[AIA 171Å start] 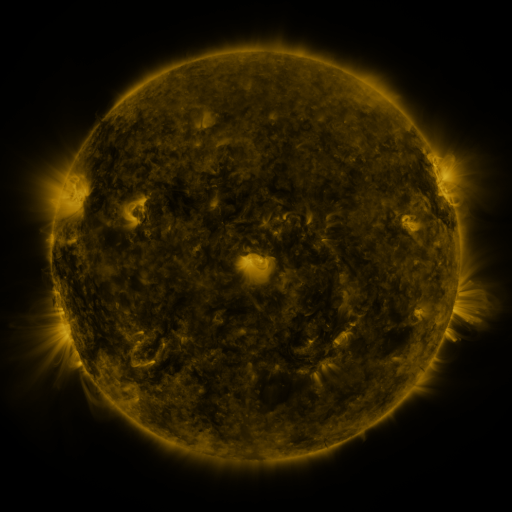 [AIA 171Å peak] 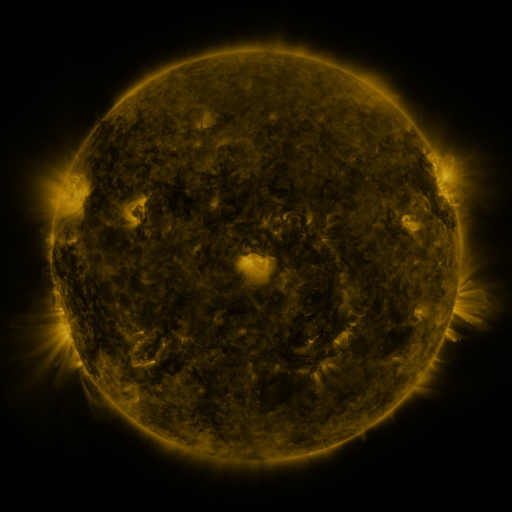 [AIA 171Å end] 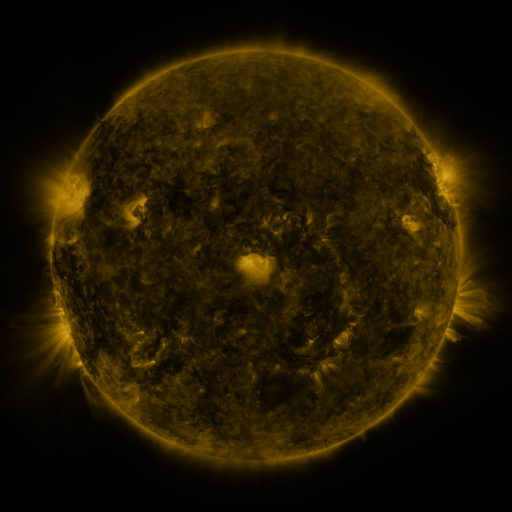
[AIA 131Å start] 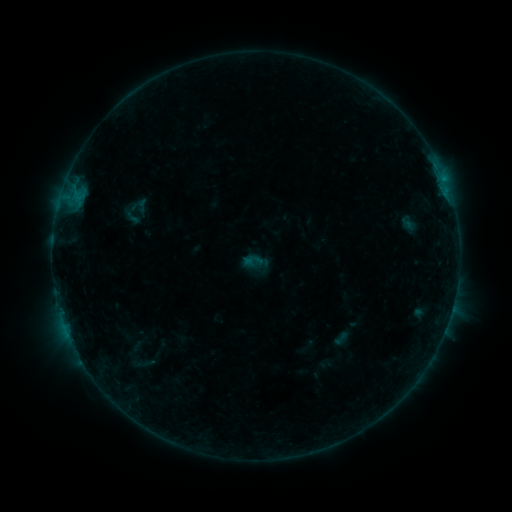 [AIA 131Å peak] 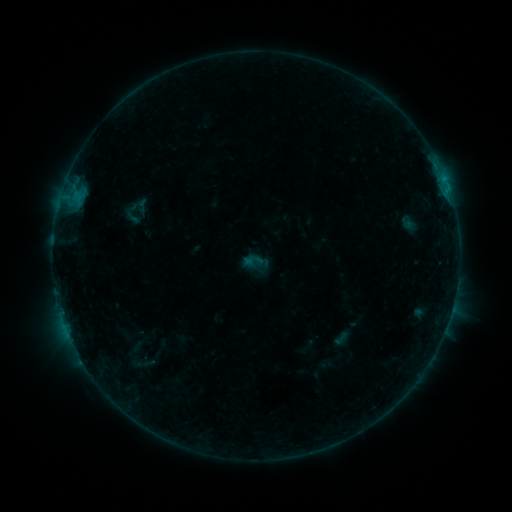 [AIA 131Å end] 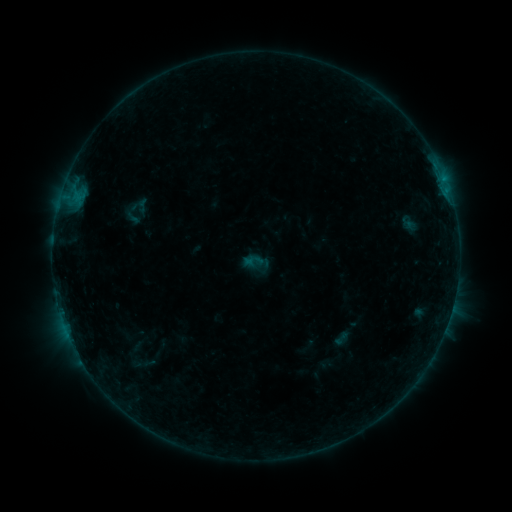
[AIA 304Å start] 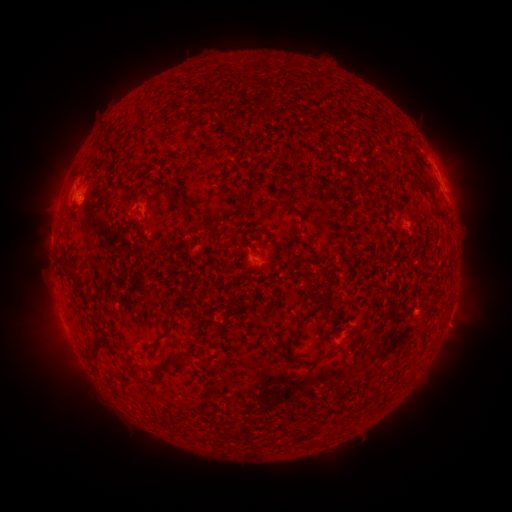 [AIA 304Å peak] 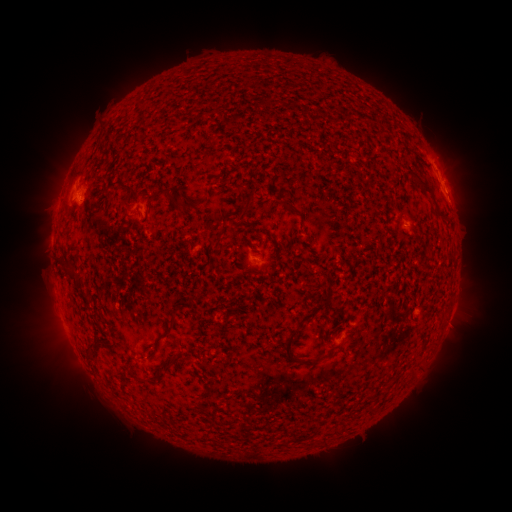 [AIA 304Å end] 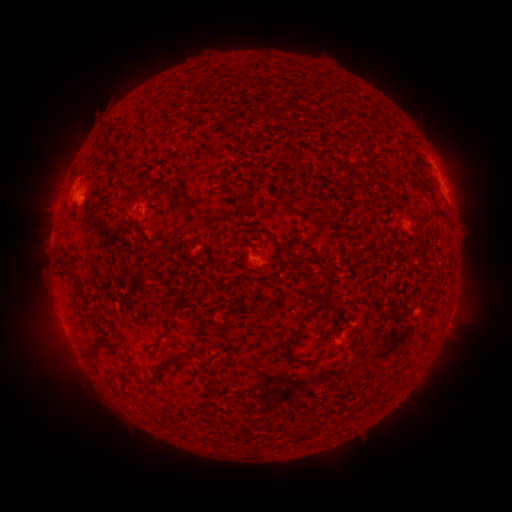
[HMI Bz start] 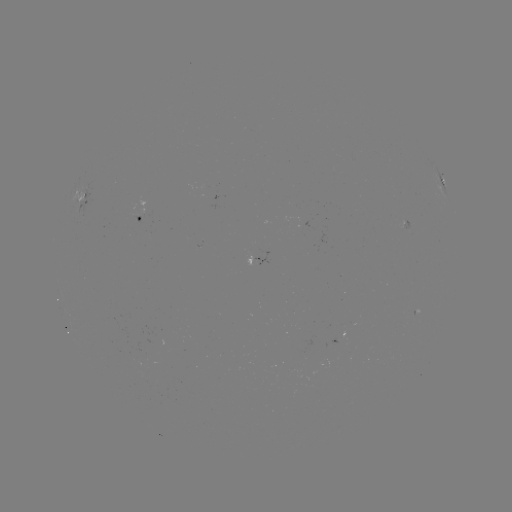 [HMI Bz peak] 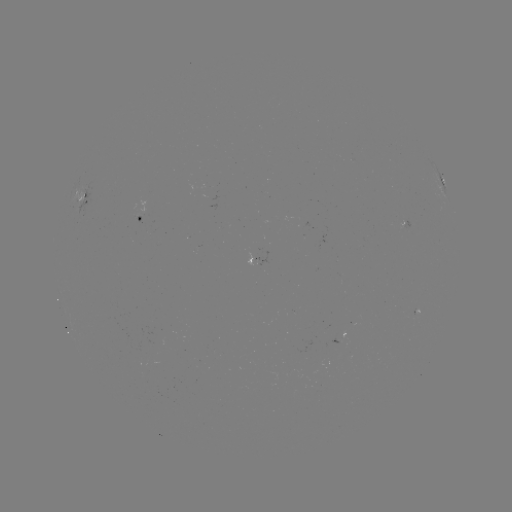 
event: flare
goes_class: B2.7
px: (449, 194)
